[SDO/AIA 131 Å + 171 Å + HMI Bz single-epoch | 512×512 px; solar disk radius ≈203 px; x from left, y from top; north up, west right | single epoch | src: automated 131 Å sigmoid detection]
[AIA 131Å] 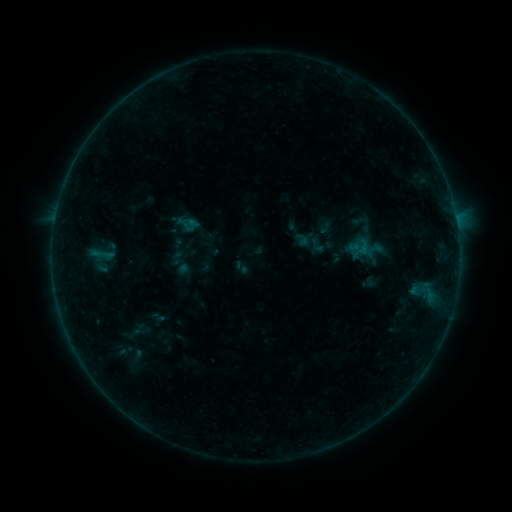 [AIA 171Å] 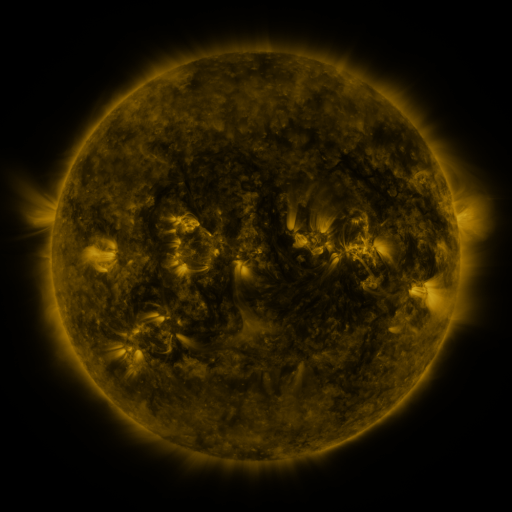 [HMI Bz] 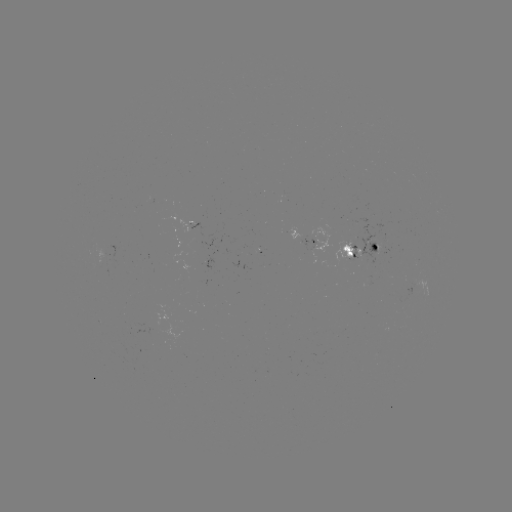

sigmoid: <bbox>347, 235, 374, 259</bbox>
